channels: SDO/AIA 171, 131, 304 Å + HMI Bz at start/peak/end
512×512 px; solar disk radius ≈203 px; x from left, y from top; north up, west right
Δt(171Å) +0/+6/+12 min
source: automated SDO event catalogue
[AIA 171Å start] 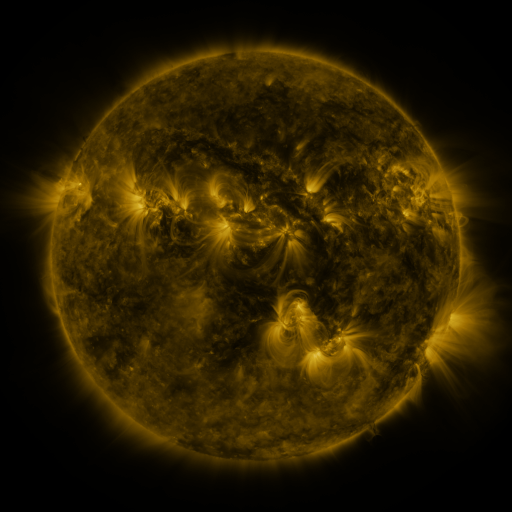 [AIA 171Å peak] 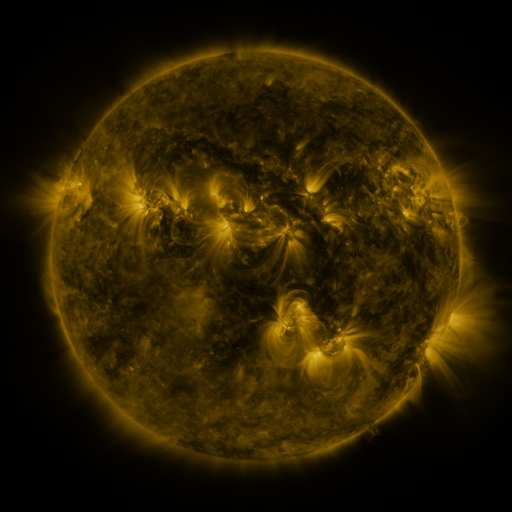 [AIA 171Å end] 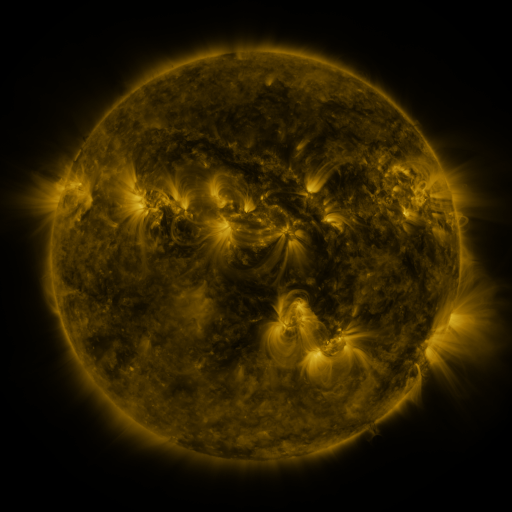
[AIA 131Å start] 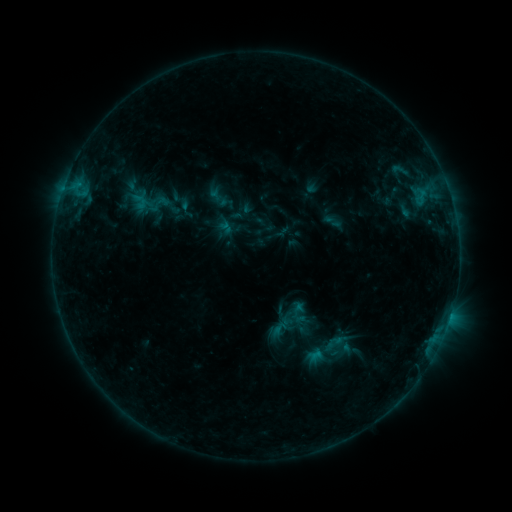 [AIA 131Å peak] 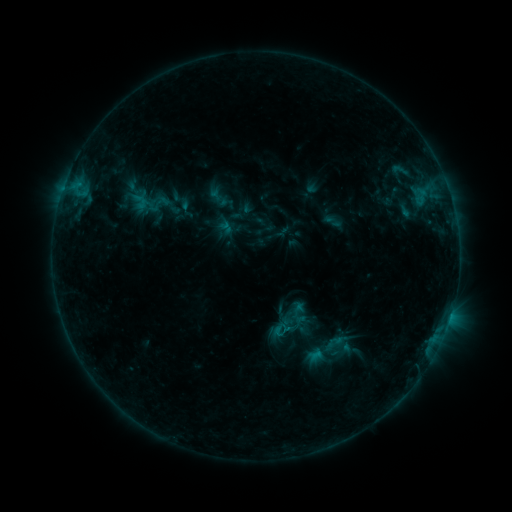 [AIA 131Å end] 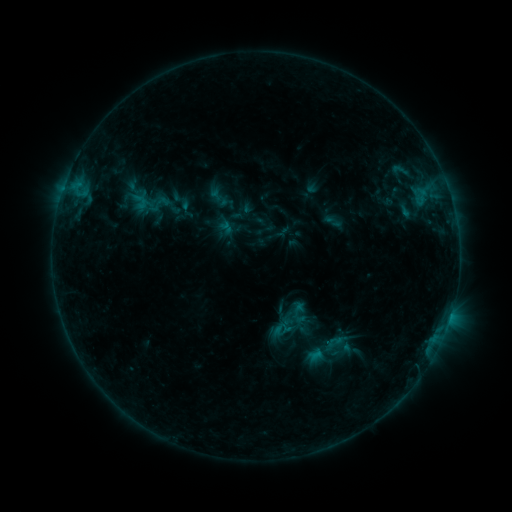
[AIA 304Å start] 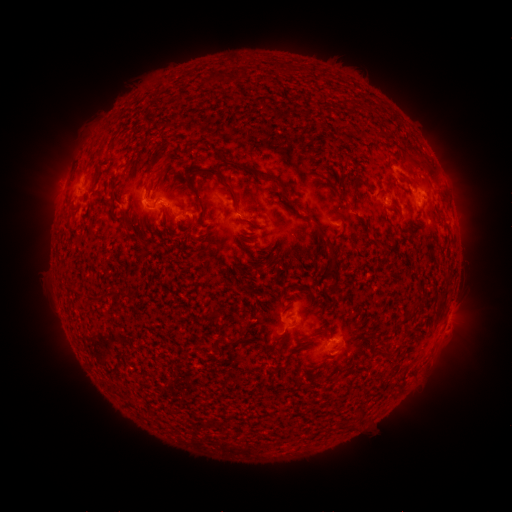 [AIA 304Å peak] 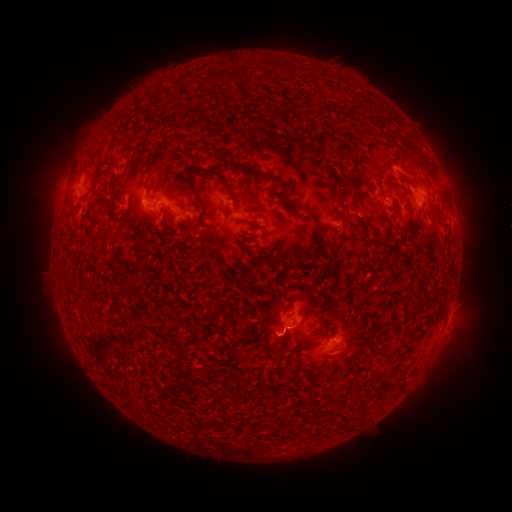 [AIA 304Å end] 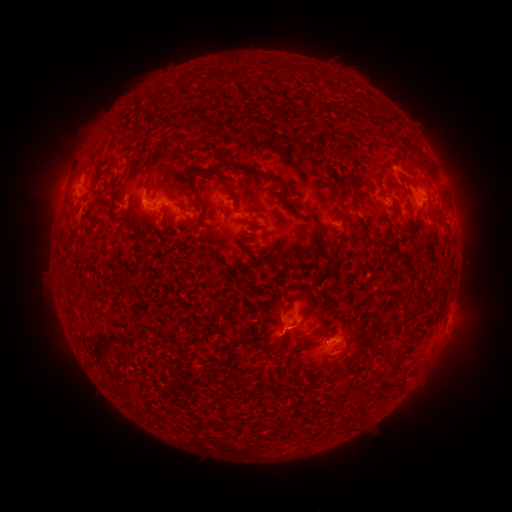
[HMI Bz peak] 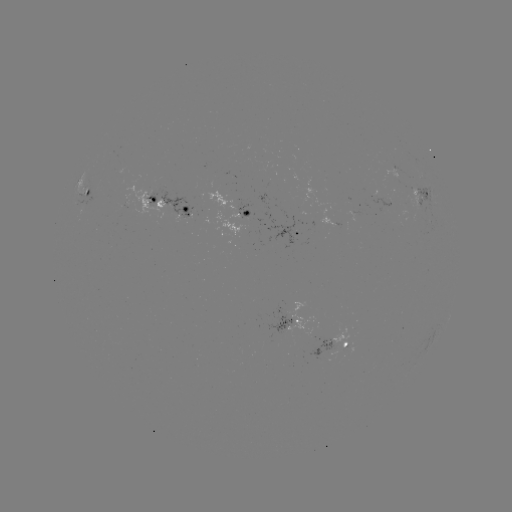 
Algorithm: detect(eruption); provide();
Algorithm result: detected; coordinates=273,338